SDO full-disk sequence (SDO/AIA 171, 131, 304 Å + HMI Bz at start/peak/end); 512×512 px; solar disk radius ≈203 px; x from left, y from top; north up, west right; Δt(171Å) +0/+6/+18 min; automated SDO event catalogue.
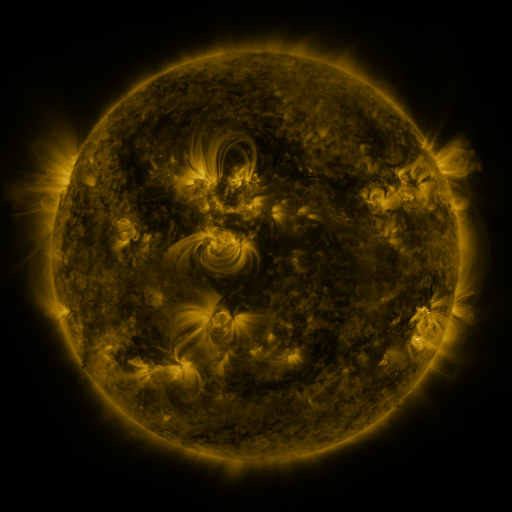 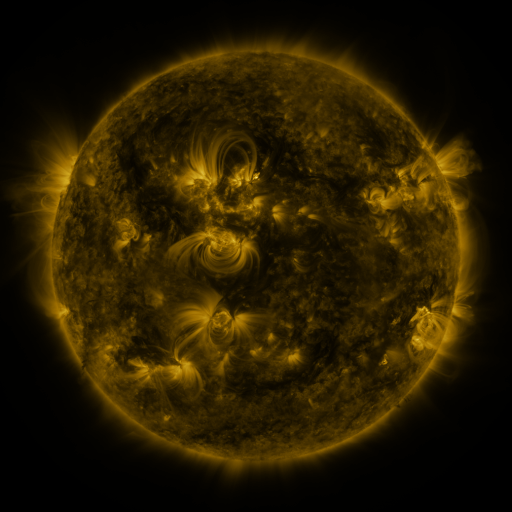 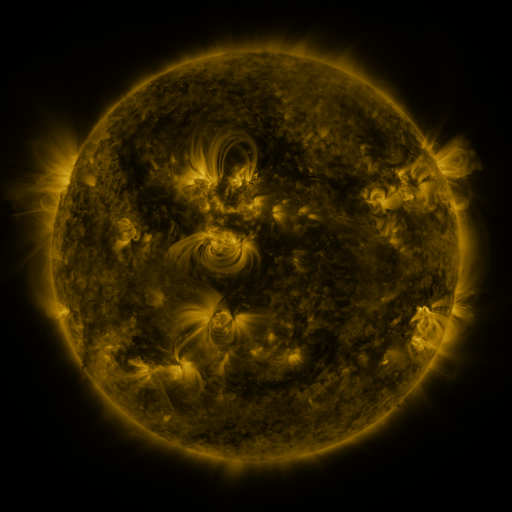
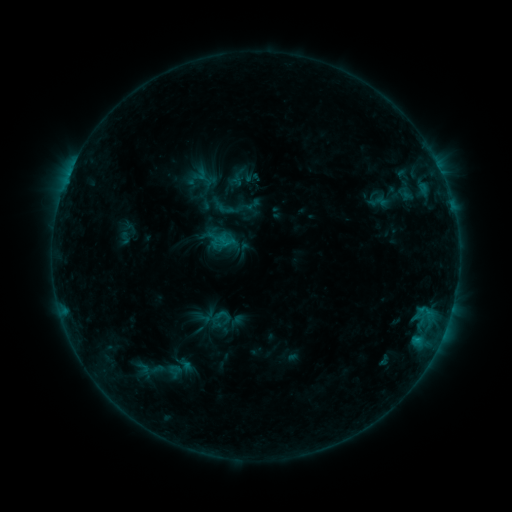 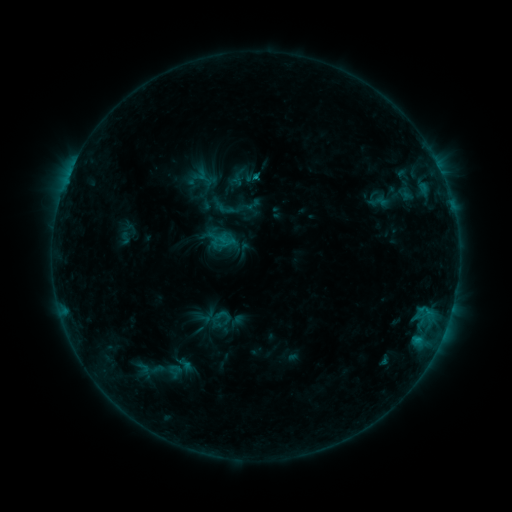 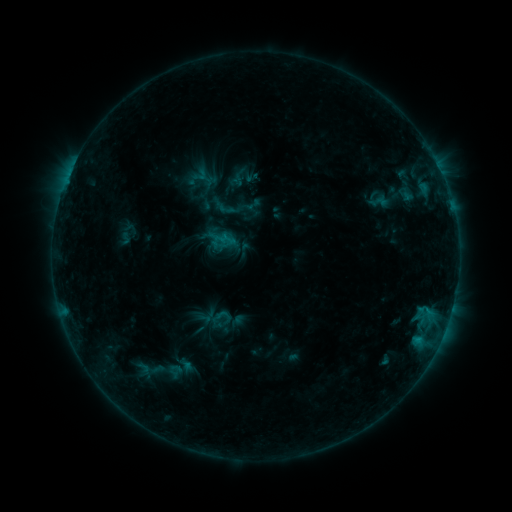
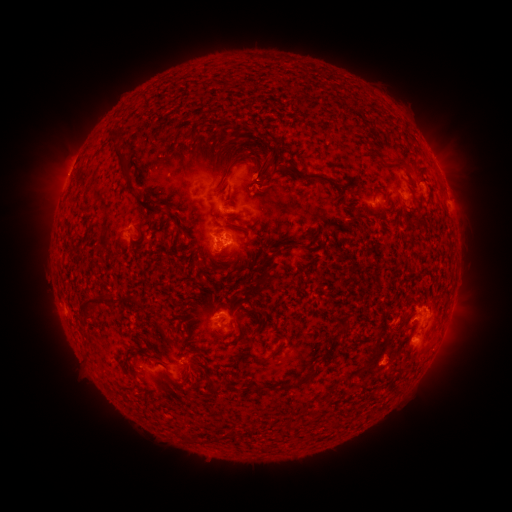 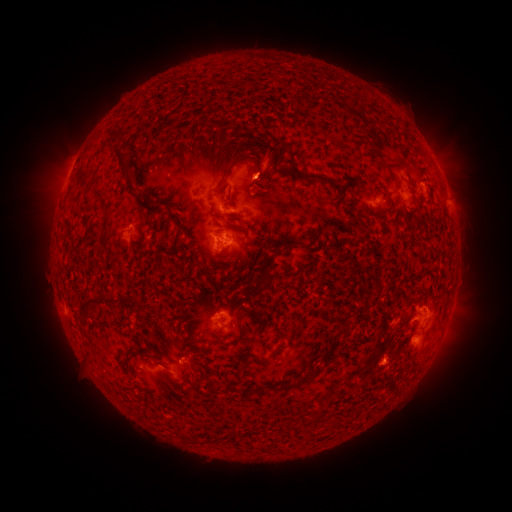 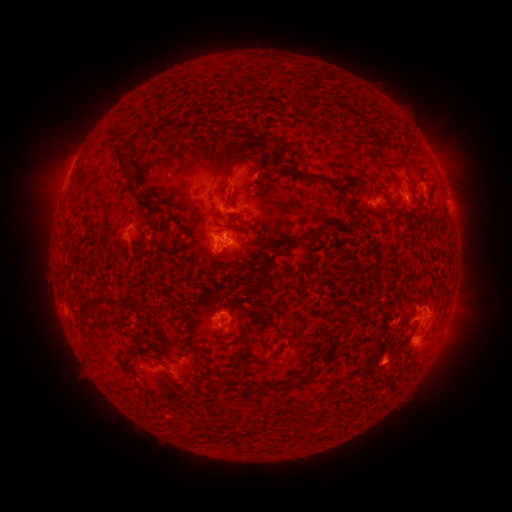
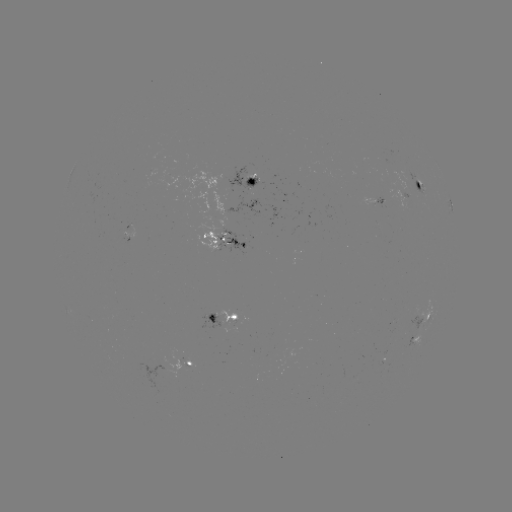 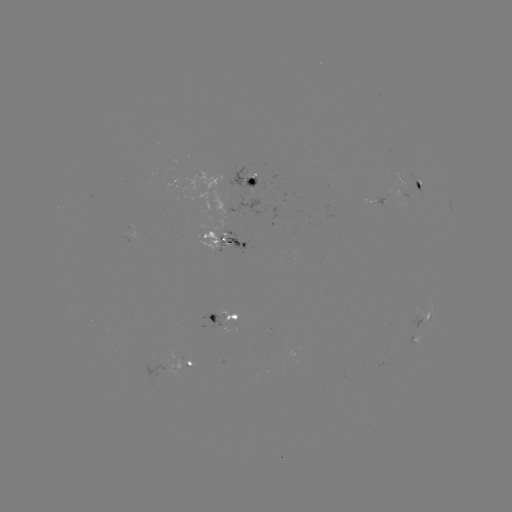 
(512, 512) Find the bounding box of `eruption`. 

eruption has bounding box [232, 133, 298, 198].